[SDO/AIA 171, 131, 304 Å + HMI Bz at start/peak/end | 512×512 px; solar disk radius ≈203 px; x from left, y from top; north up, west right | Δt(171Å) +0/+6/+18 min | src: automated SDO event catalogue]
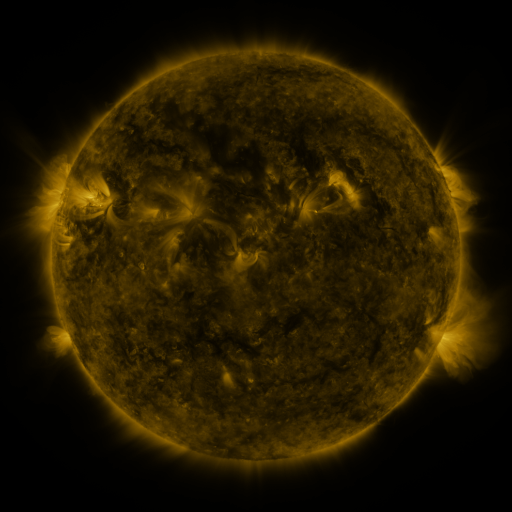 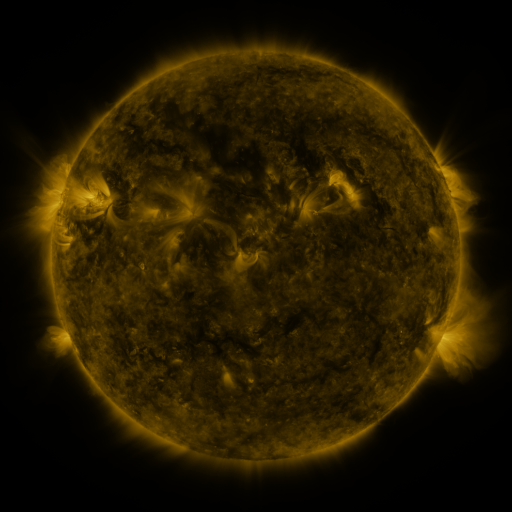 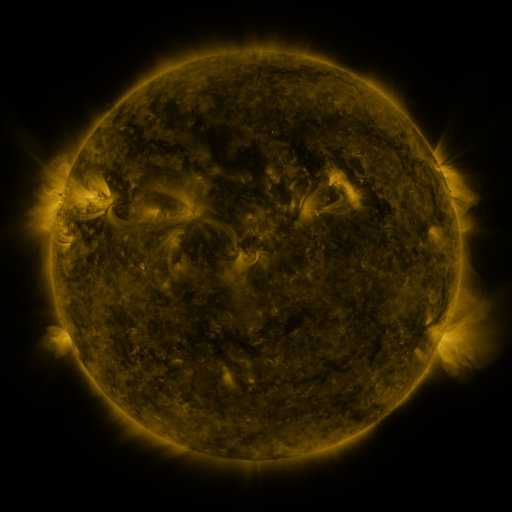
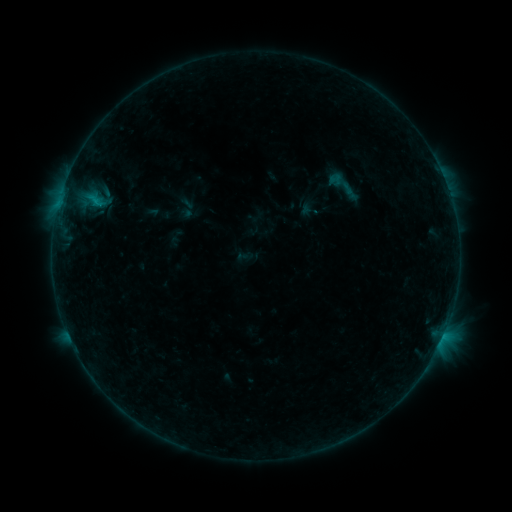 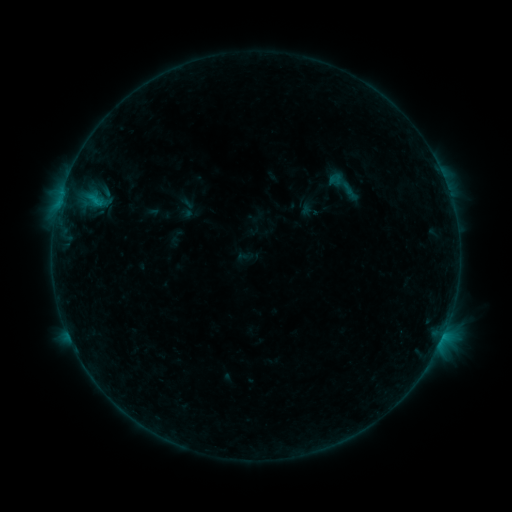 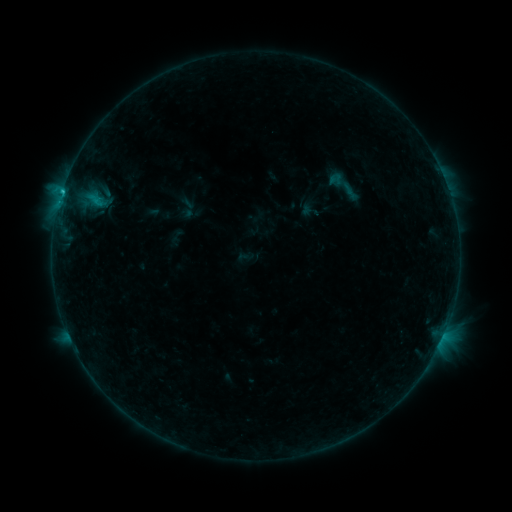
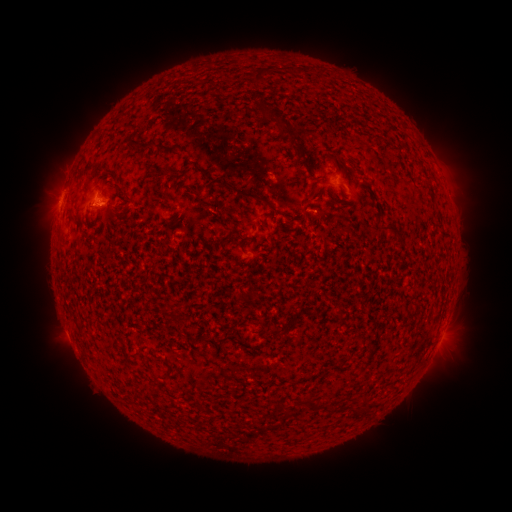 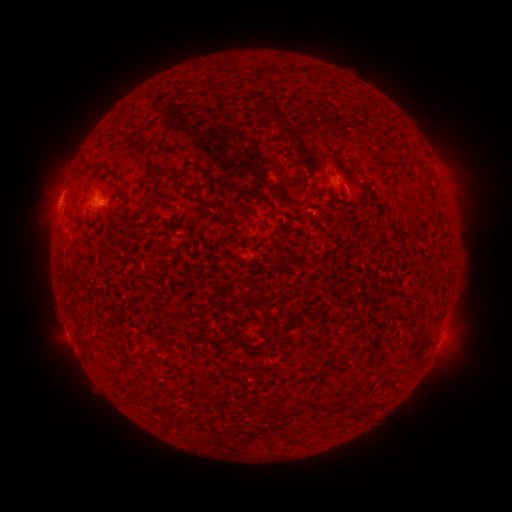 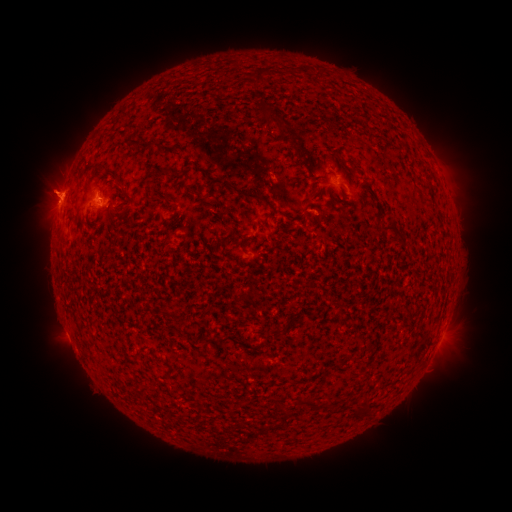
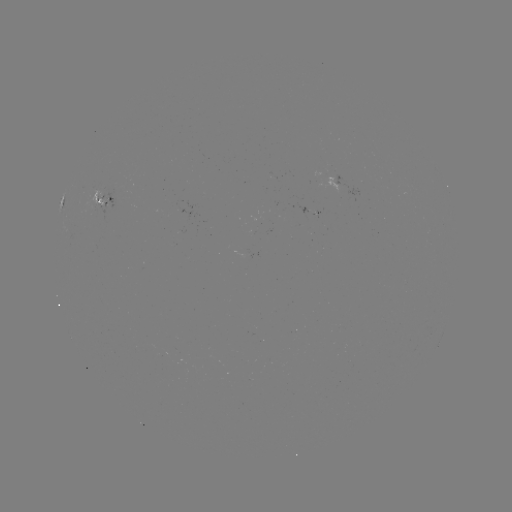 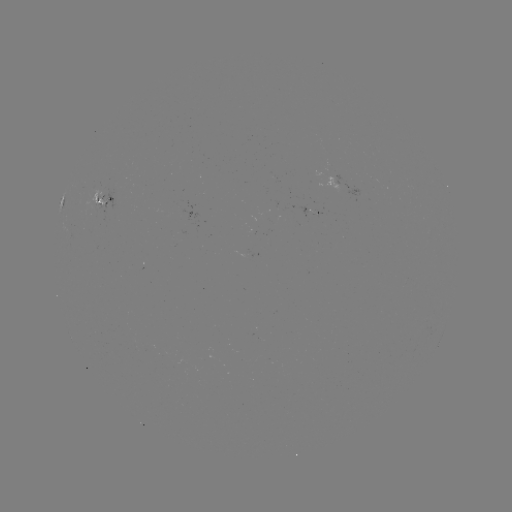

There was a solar flare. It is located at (61, 197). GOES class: B9.4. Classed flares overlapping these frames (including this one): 1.